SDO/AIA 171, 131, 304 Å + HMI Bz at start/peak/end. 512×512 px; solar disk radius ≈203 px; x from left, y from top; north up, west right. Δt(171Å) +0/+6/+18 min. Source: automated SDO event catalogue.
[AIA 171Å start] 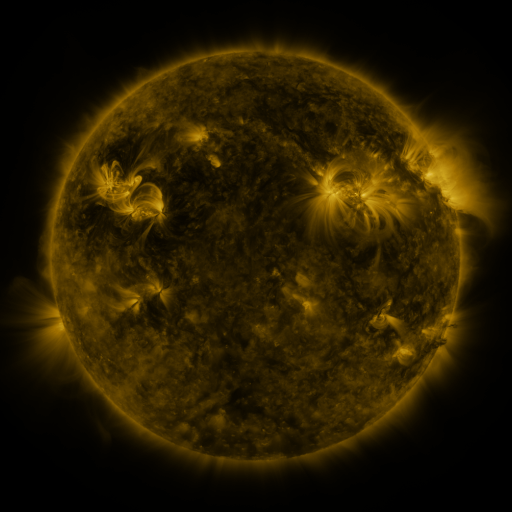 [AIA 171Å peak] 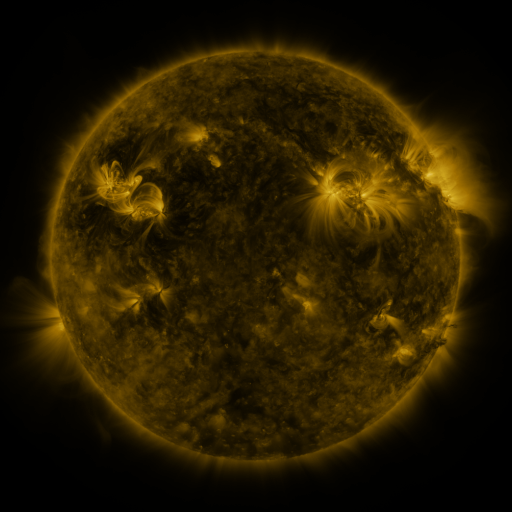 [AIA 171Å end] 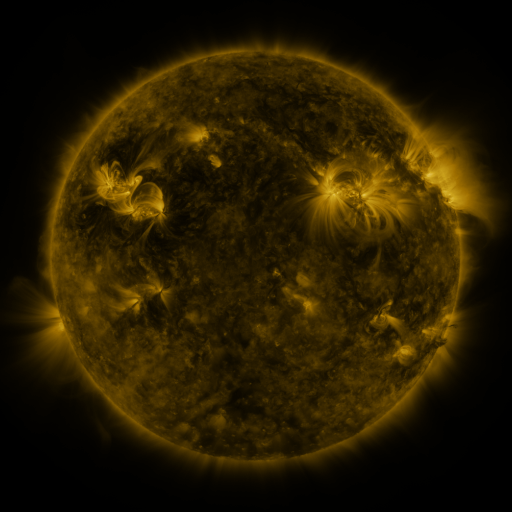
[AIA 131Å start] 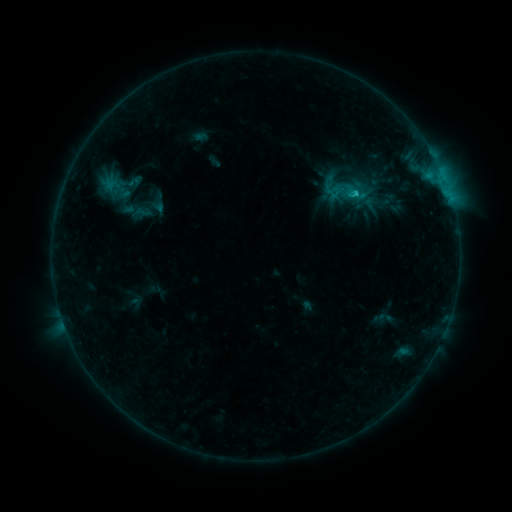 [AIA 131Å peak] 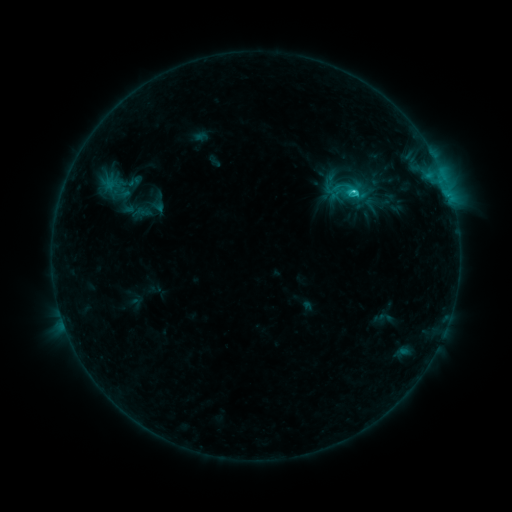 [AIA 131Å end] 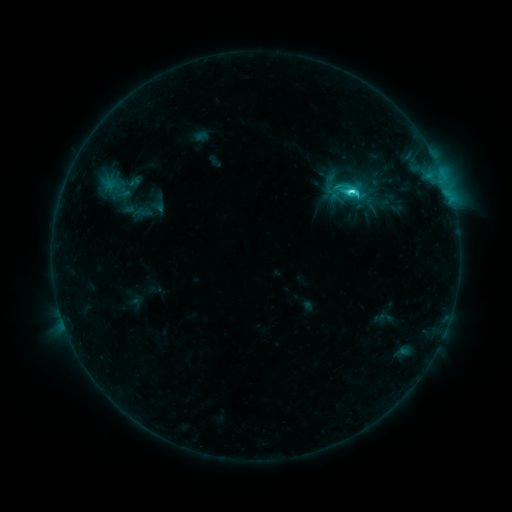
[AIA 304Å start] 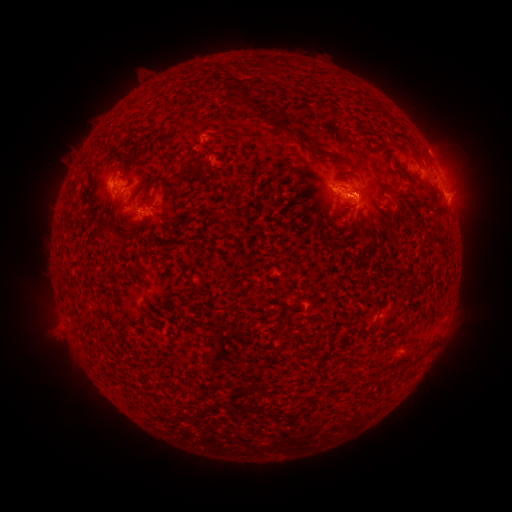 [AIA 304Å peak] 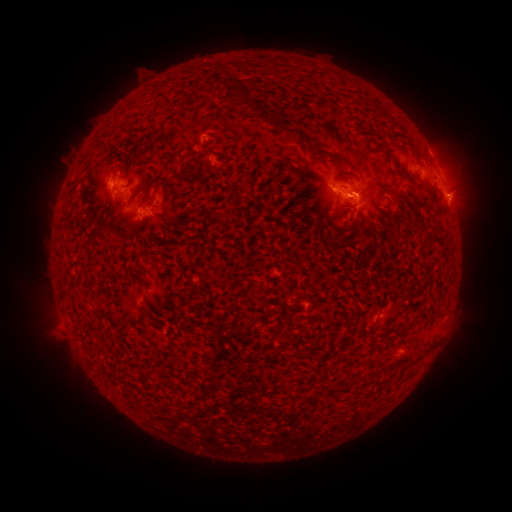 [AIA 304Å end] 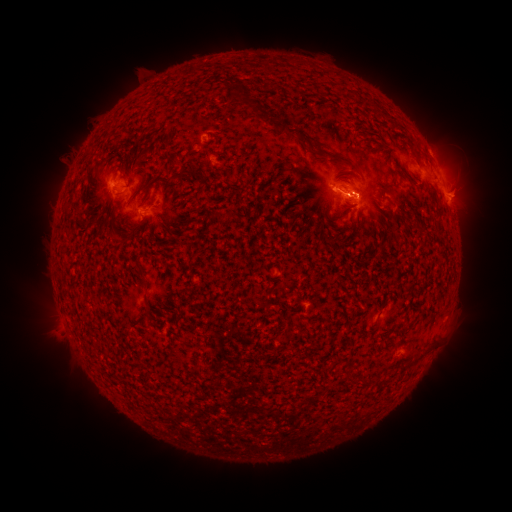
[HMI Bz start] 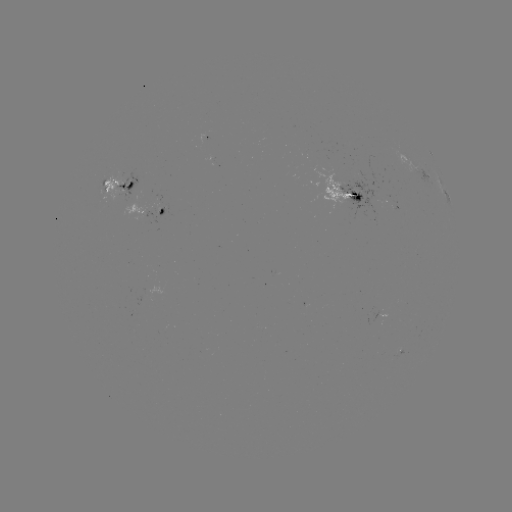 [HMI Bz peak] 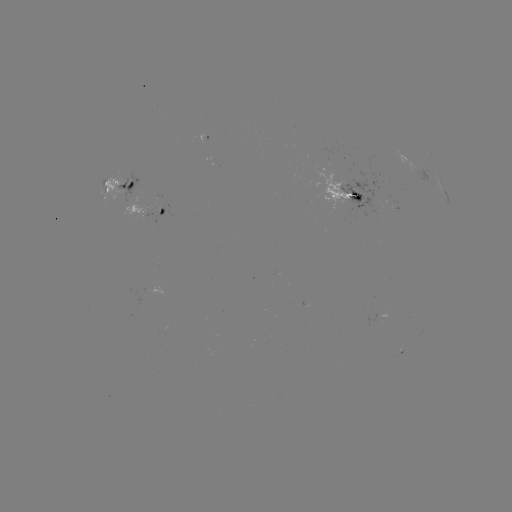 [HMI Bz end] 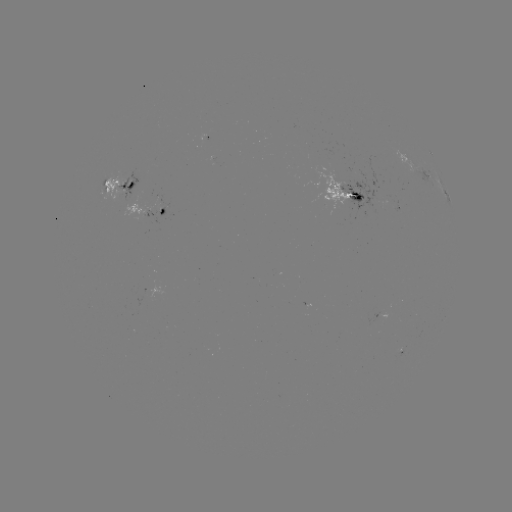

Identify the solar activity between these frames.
C5.2 flare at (352, 193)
